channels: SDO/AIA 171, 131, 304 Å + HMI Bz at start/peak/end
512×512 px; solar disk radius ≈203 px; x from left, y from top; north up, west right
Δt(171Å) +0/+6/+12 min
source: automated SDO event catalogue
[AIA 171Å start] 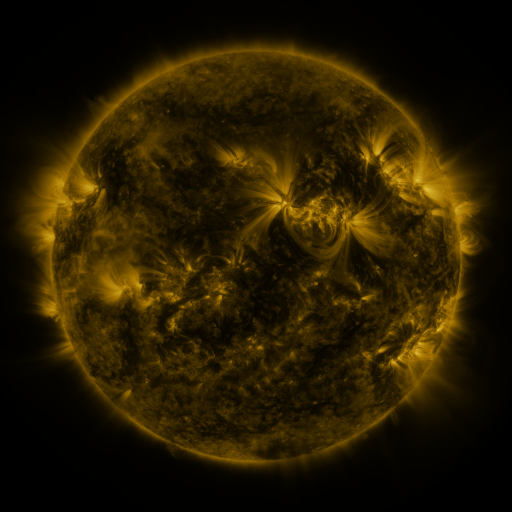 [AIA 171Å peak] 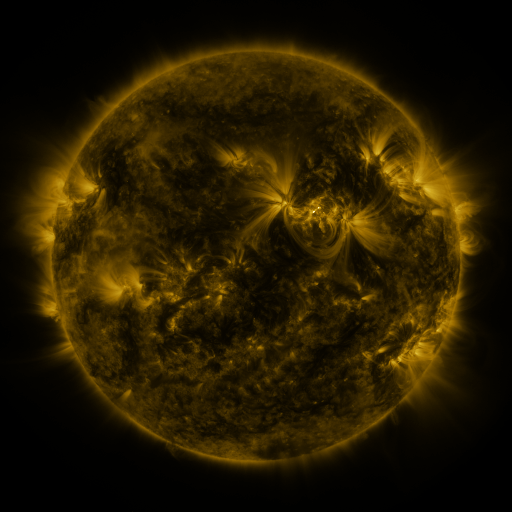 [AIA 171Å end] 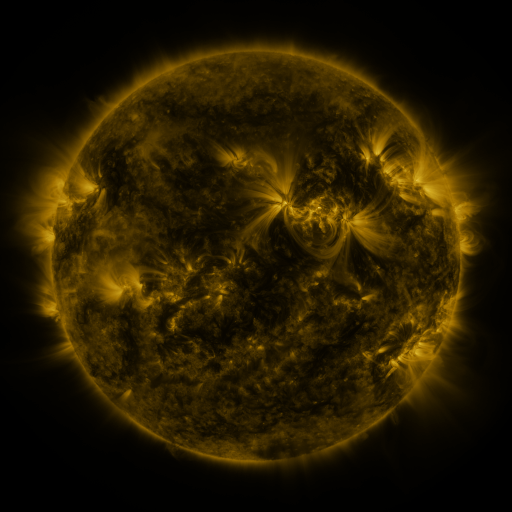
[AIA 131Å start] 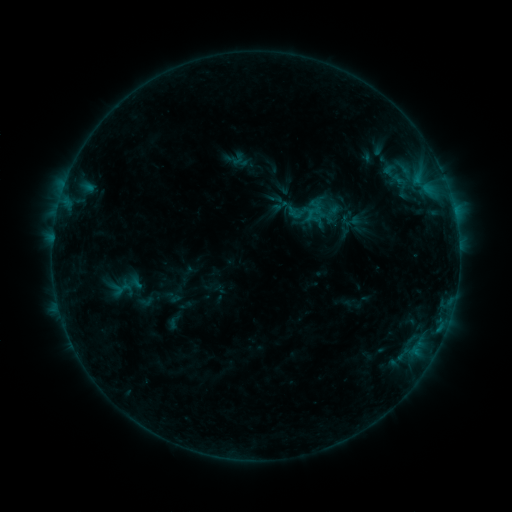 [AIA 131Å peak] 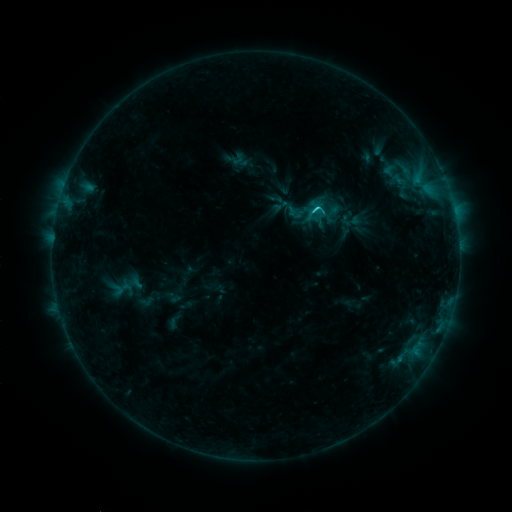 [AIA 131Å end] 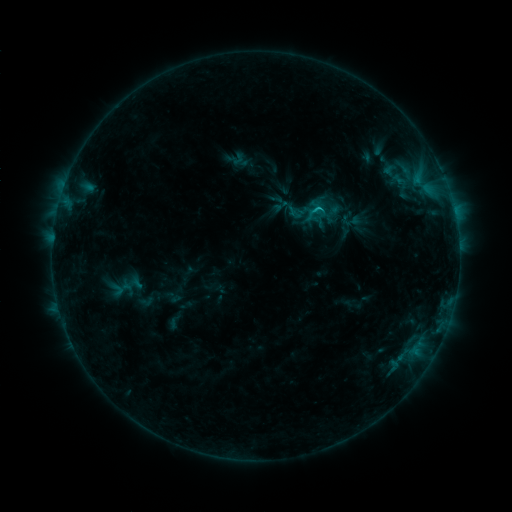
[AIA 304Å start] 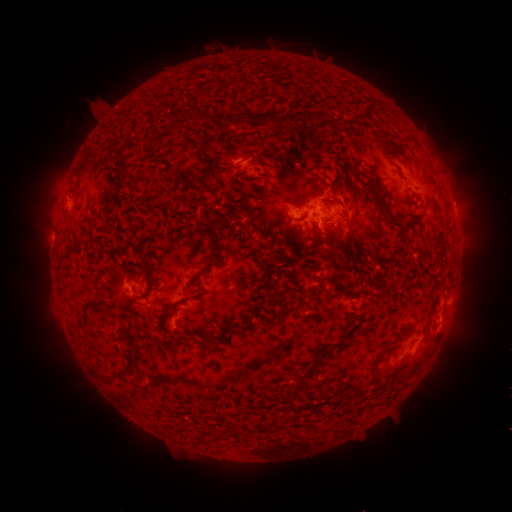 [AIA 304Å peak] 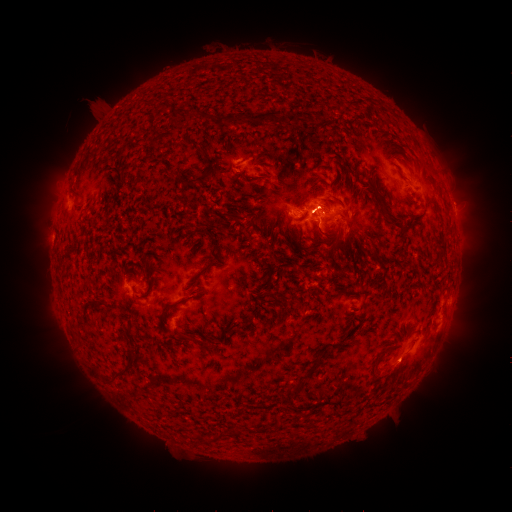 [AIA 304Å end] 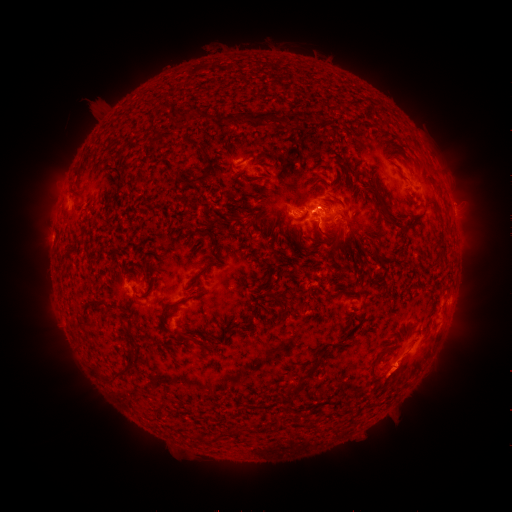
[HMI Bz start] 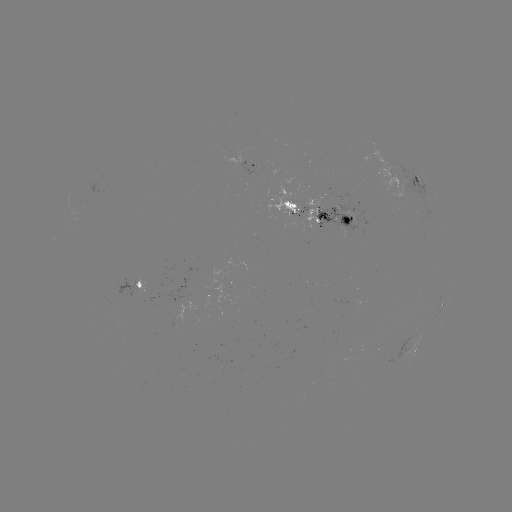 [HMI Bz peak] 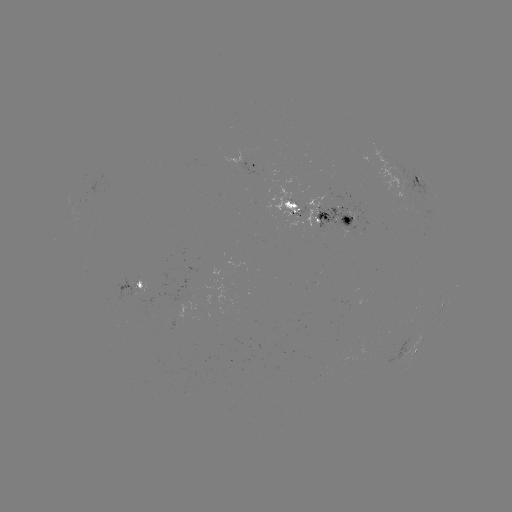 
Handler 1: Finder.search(C1.8 flare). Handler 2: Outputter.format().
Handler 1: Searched C1.8 flare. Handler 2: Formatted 315,212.